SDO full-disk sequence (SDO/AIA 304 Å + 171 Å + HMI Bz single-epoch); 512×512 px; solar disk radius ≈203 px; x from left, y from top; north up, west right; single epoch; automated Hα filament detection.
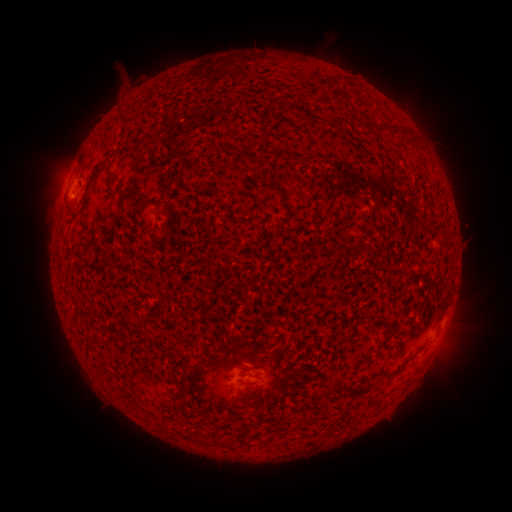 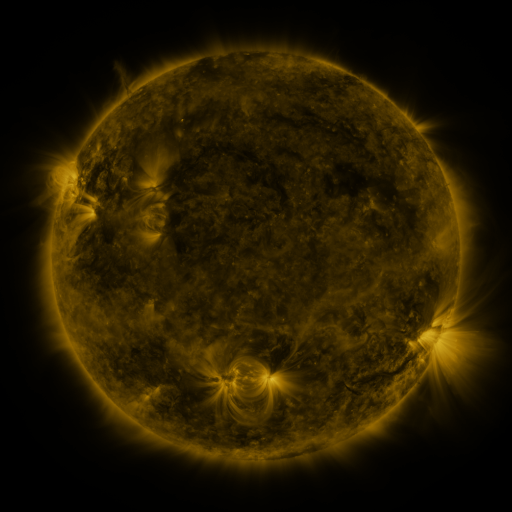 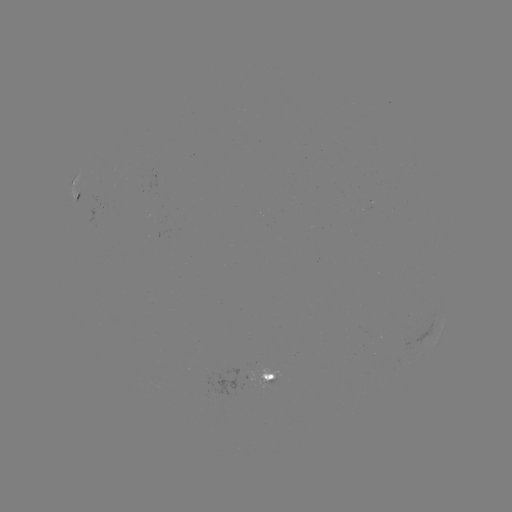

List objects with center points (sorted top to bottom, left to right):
filament: <bbox>331, 117, 342, 128</bbox>
filament: <bbox>378, 125, 393, 133</bbox>
filament: <bbox>184, 146, 208, 170</bbox>
filament: <bbox>79, 161, 111, 212</bbox>
filament: <bbox>152, 207, 161, 218</bbox>
filament: <bbox>393, 368, 403, 377</bbox>
filament: <bbox>341, 380, 372, 397</bbox>
filament: <bbox>168, 390, 184, 413</bbox>
